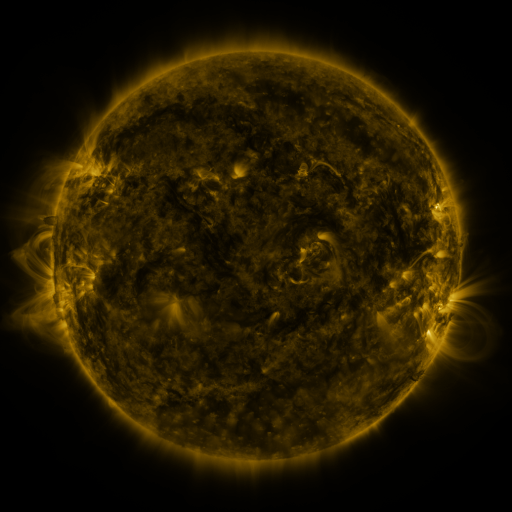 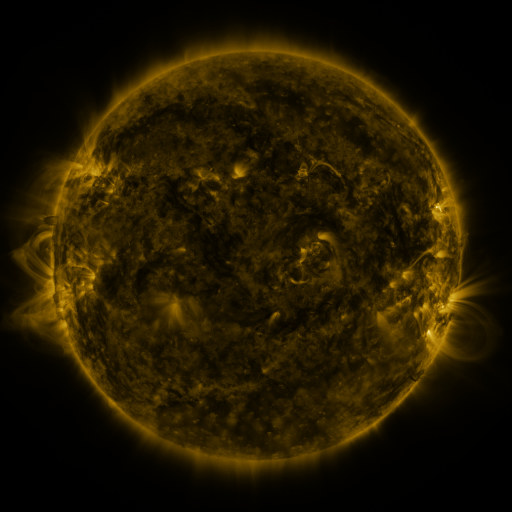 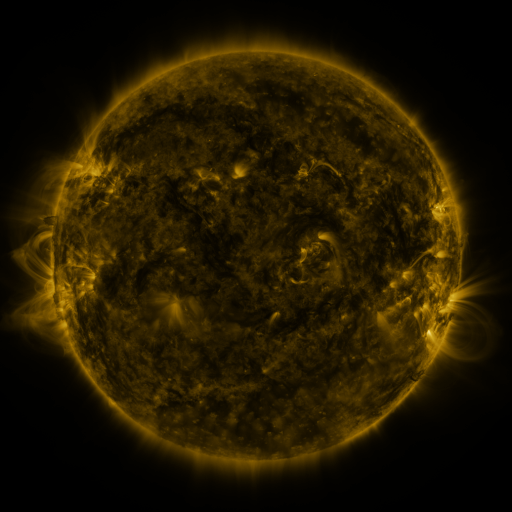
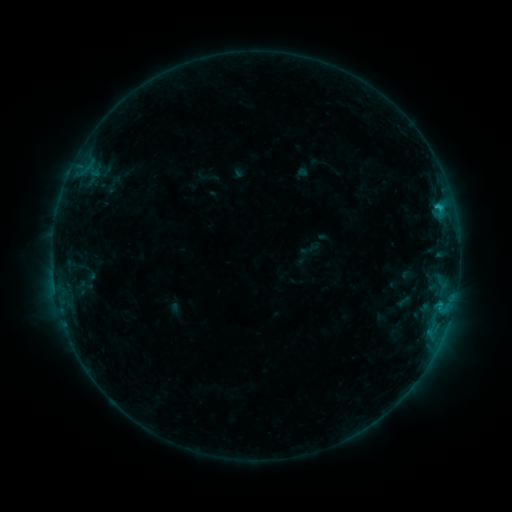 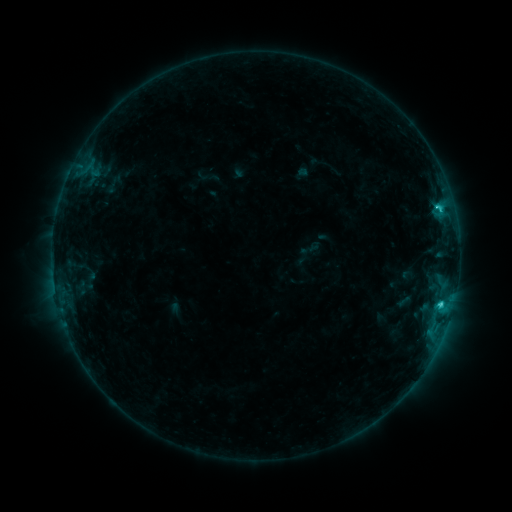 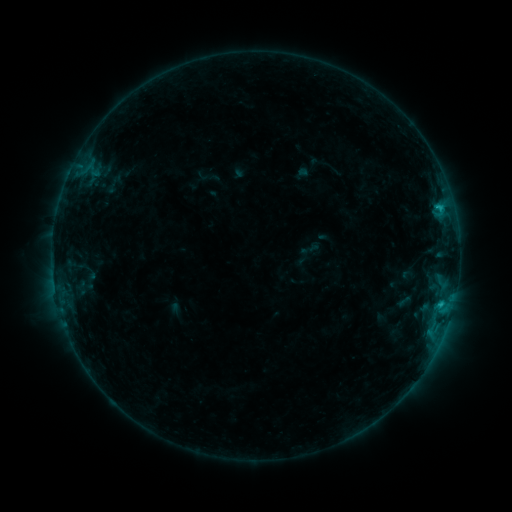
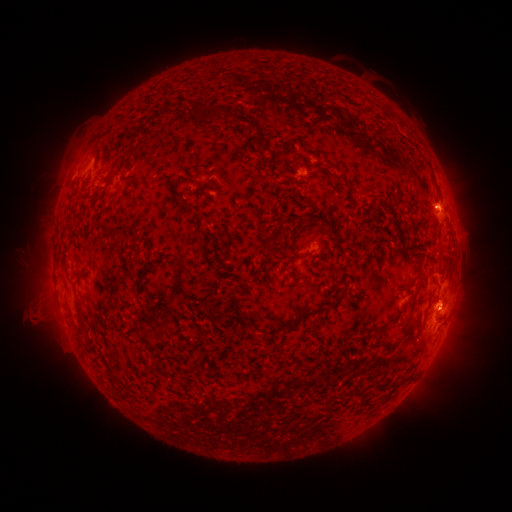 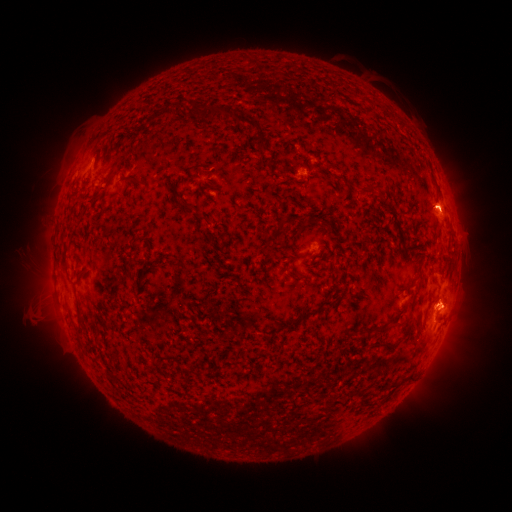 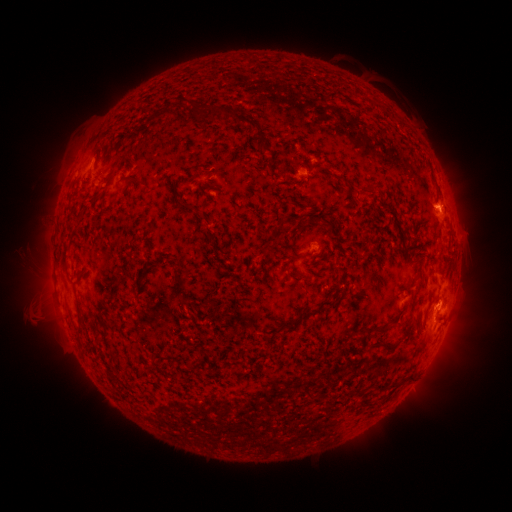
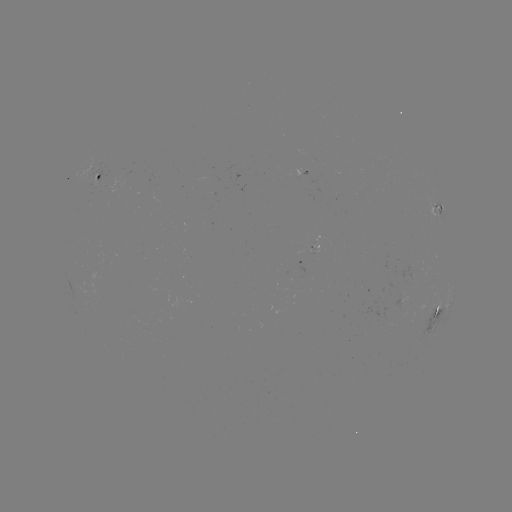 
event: flare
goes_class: C2.2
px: (440, 303)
